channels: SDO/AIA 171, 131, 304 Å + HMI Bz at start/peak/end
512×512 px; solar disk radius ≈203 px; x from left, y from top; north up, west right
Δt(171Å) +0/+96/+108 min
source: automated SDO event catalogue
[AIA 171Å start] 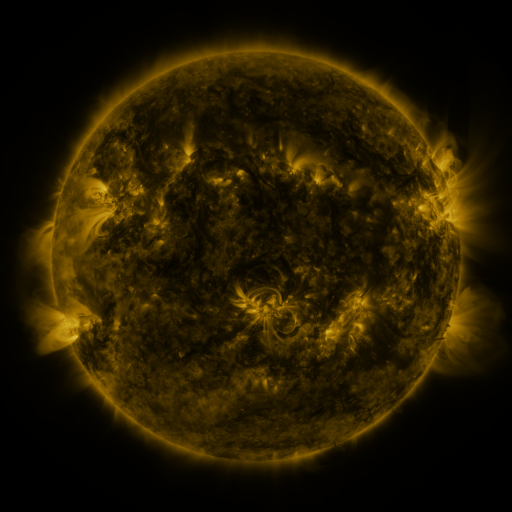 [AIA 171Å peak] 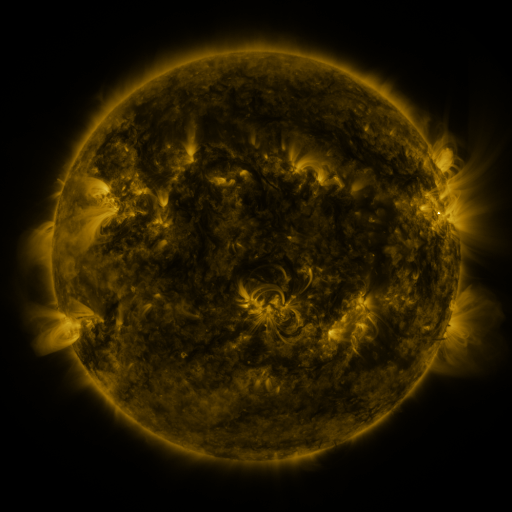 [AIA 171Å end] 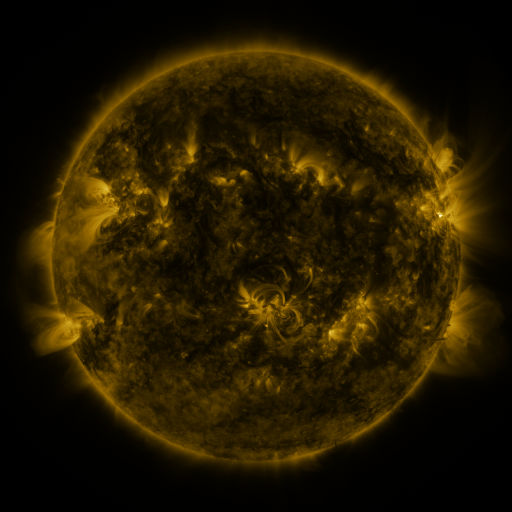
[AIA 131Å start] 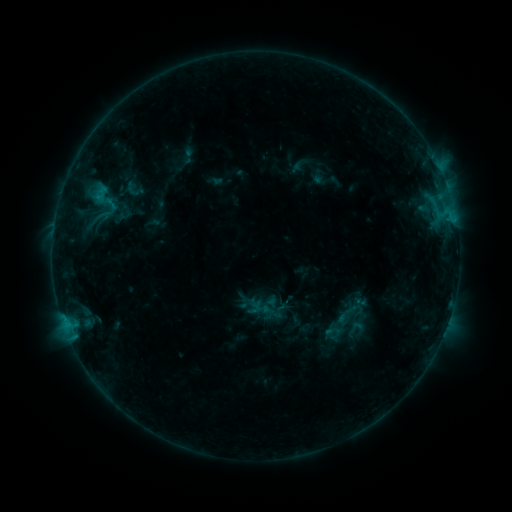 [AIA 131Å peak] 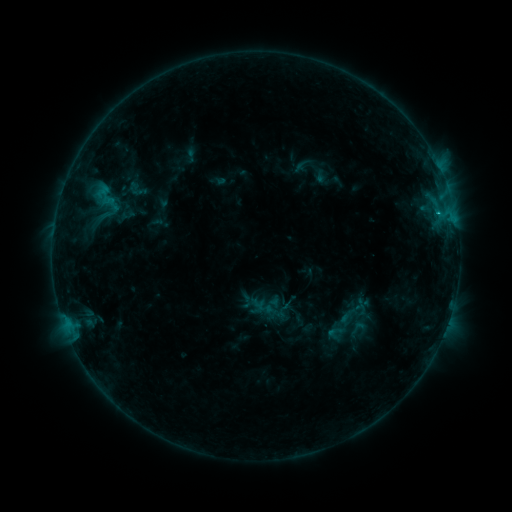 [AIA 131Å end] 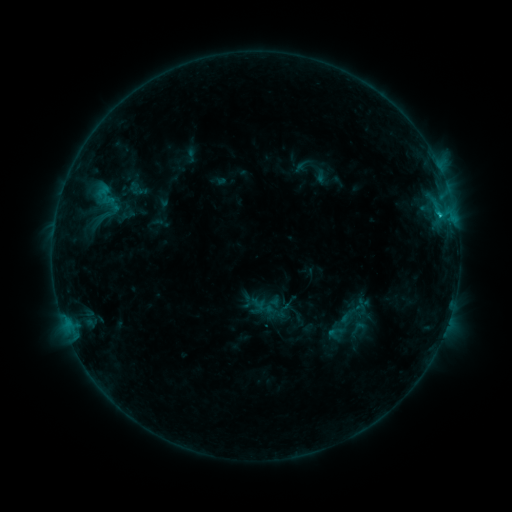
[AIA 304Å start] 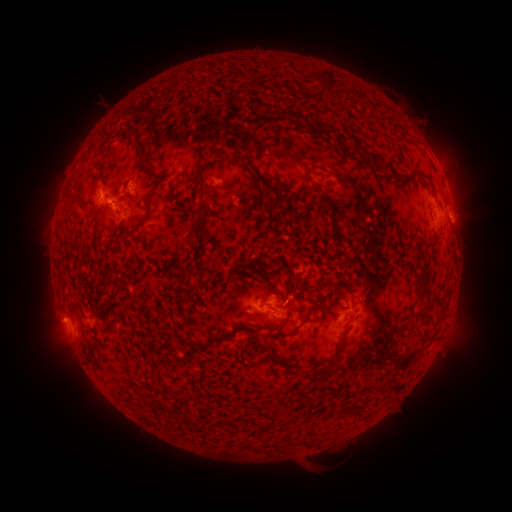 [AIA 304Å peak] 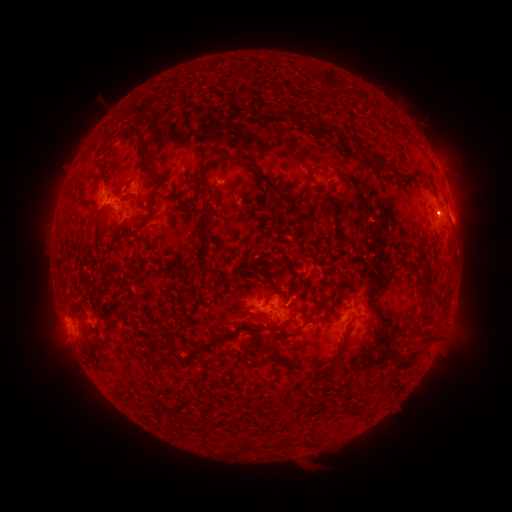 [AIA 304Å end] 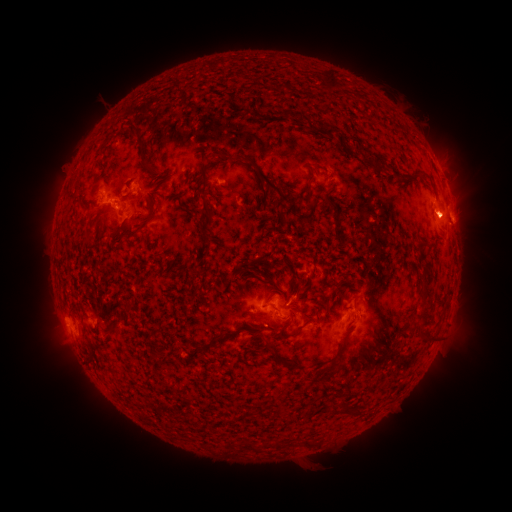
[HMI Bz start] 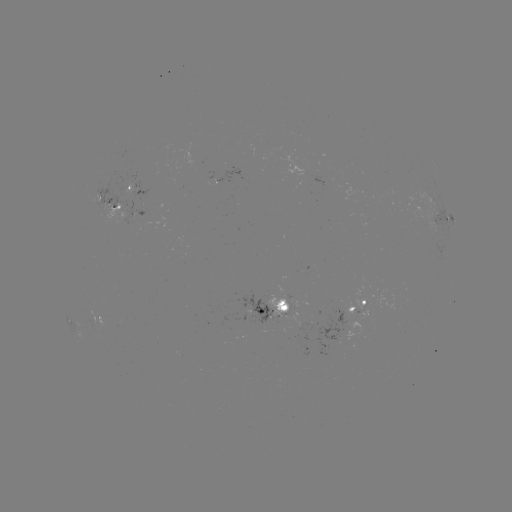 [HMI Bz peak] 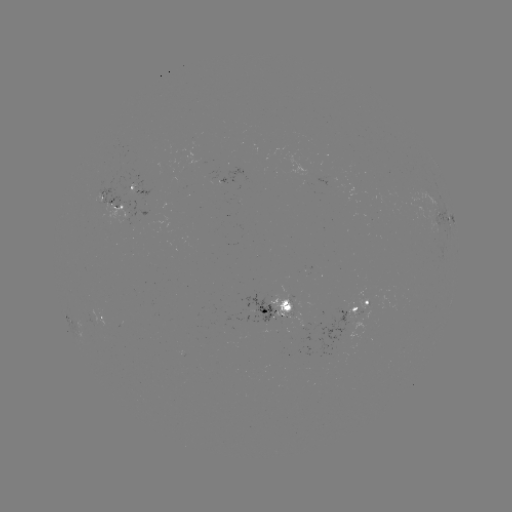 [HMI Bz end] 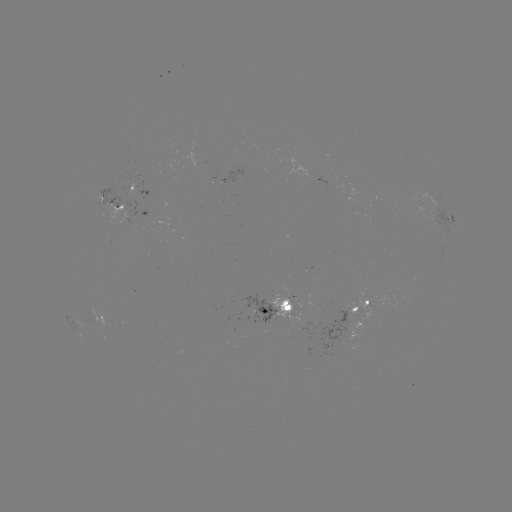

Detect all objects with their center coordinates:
emerging-flux region: (259, 310)
